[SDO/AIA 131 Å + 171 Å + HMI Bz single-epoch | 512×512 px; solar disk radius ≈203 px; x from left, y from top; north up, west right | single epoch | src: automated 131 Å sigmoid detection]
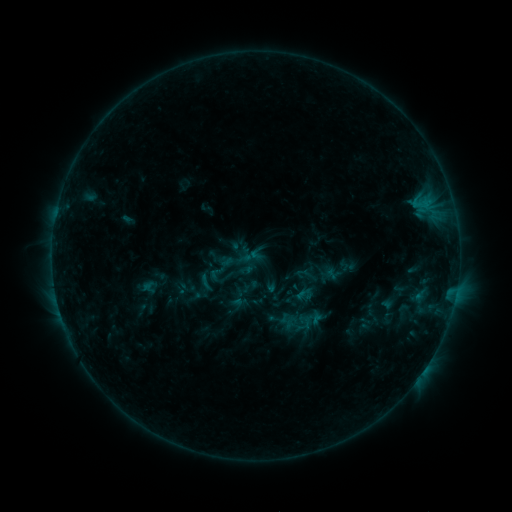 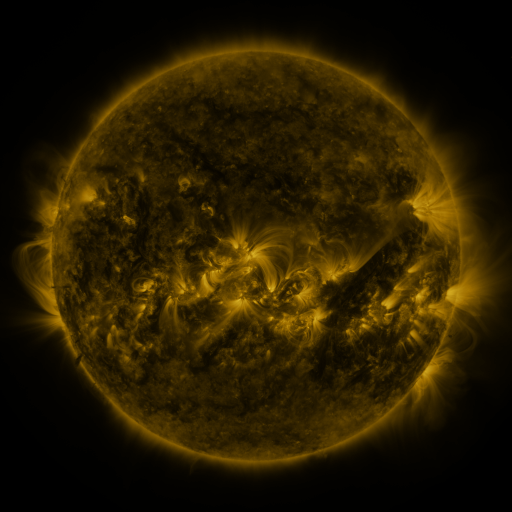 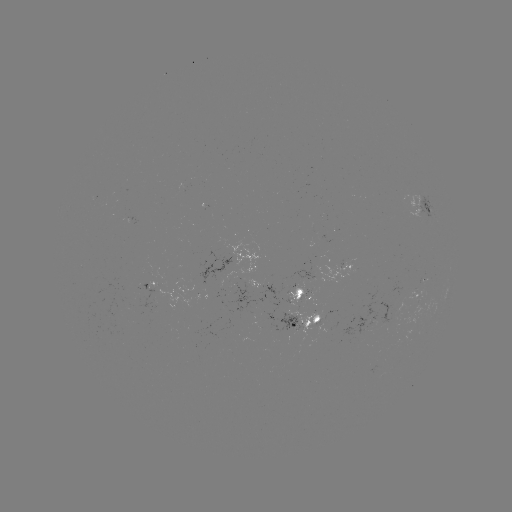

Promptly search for sigmoid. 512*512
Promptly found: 216,273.